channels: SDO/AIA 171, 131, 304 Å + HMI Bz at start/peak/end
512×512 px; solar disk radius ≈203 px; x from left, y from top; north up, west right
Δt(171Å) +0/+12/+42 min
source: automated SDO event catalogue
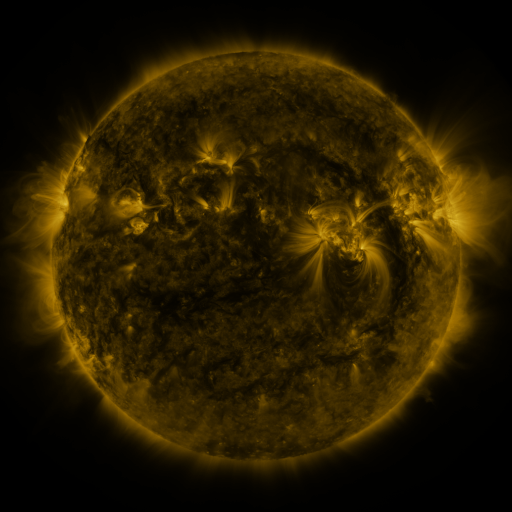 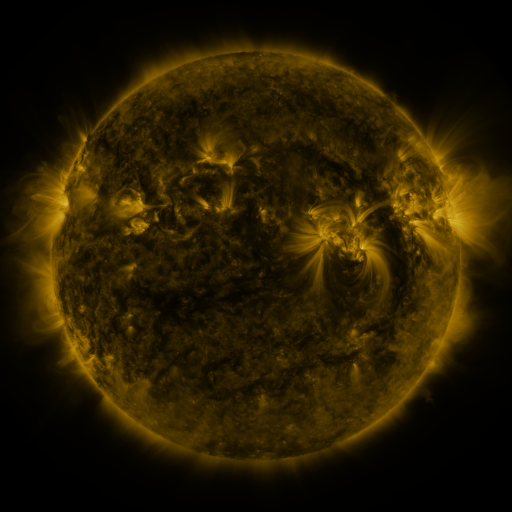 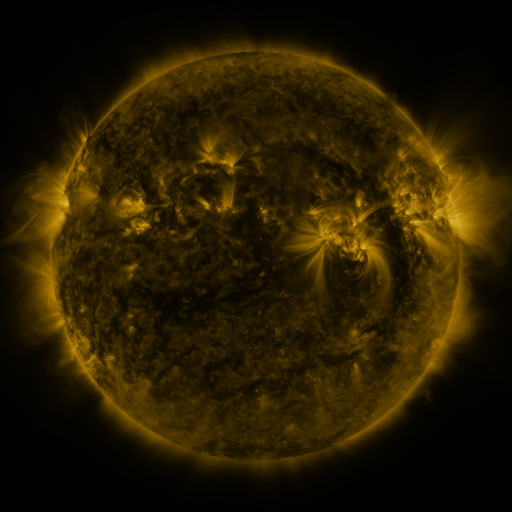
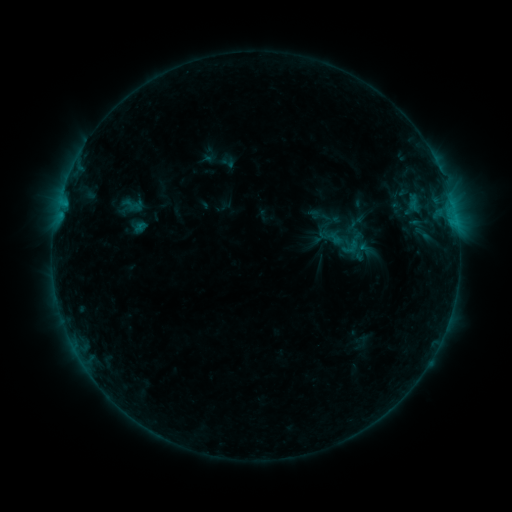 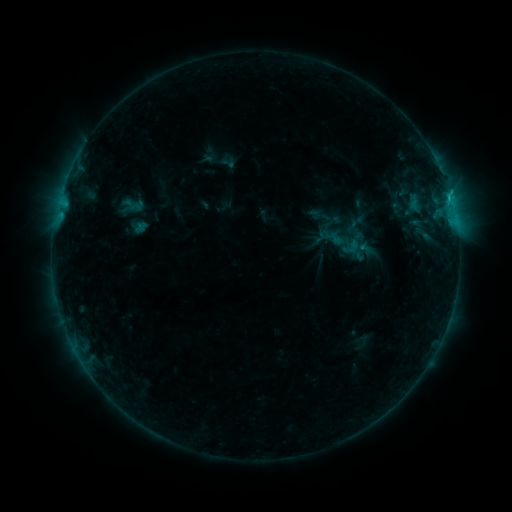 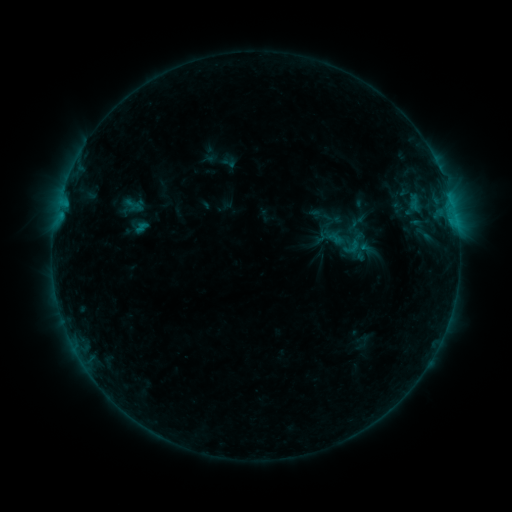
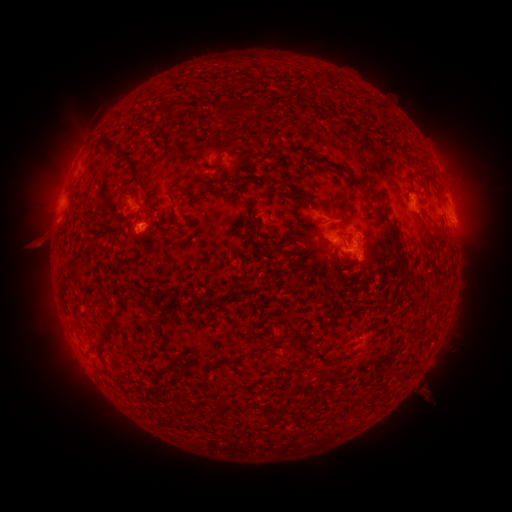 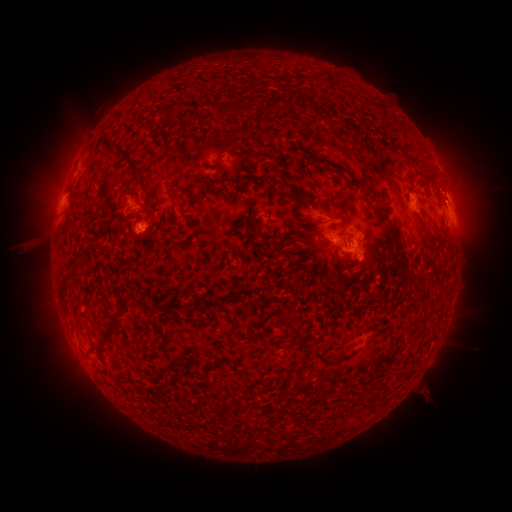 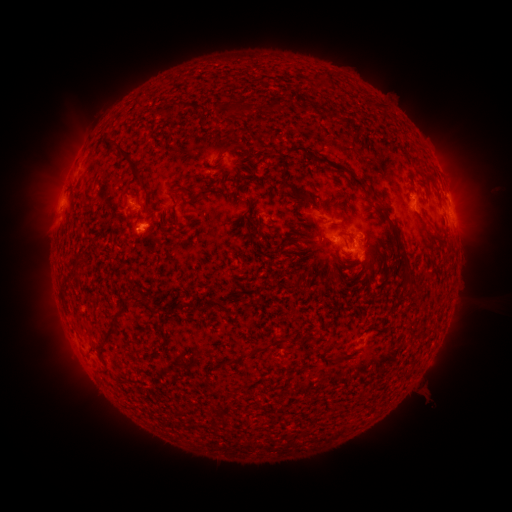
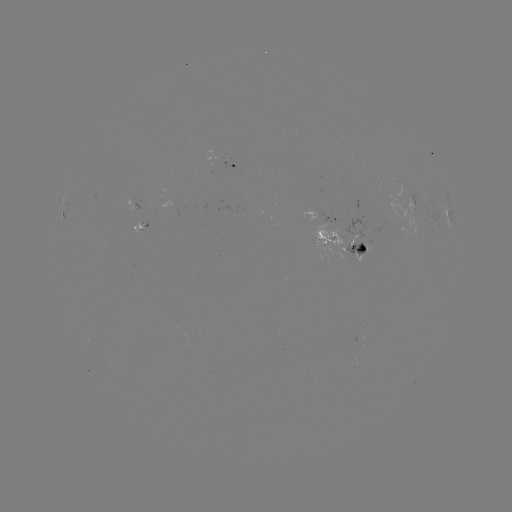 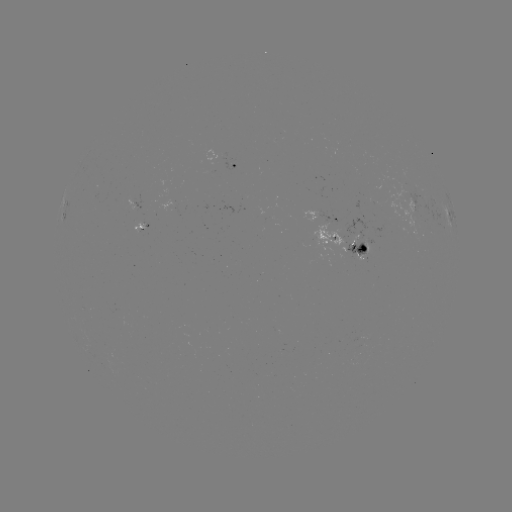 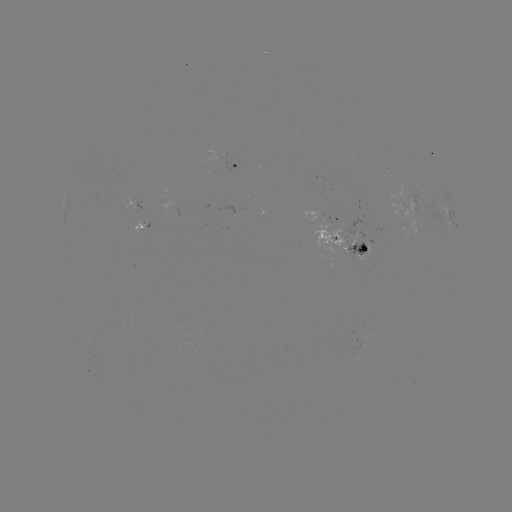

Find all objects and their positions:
B9.7 flare: (379, 303)
